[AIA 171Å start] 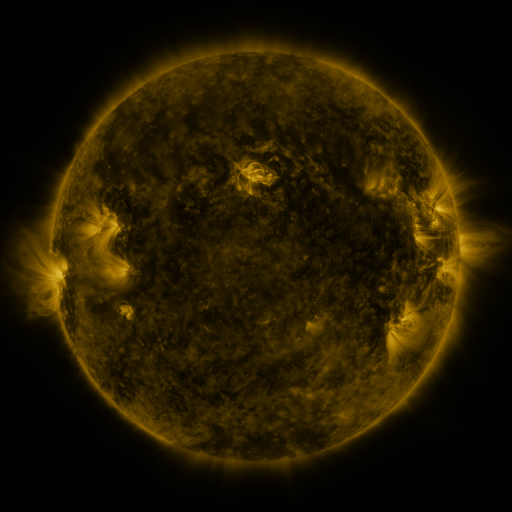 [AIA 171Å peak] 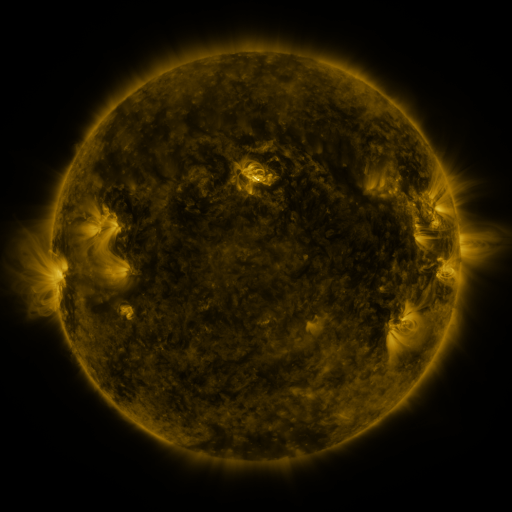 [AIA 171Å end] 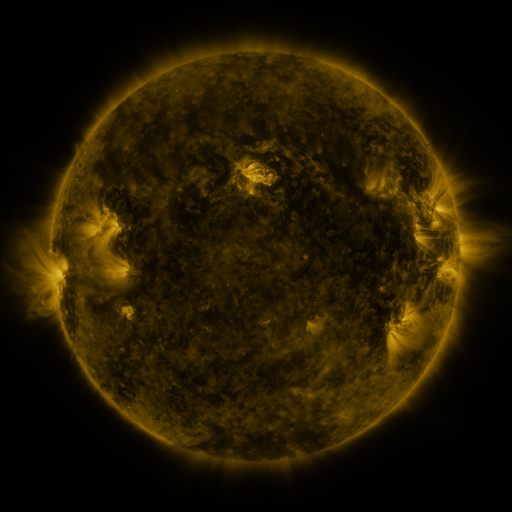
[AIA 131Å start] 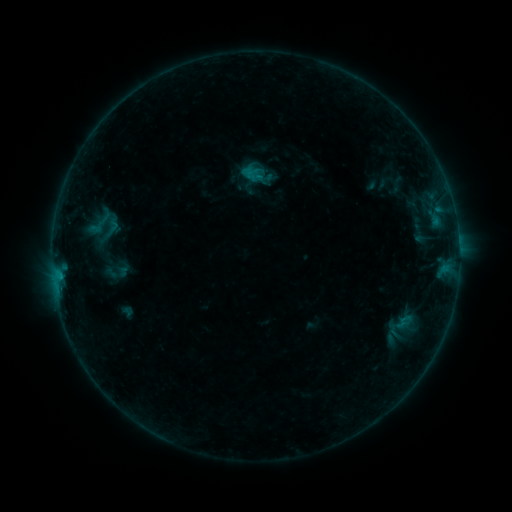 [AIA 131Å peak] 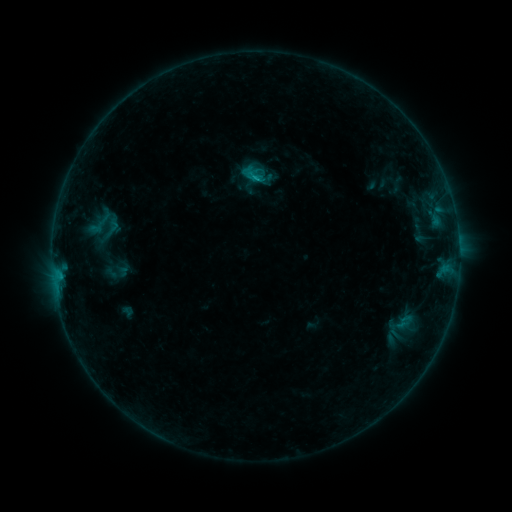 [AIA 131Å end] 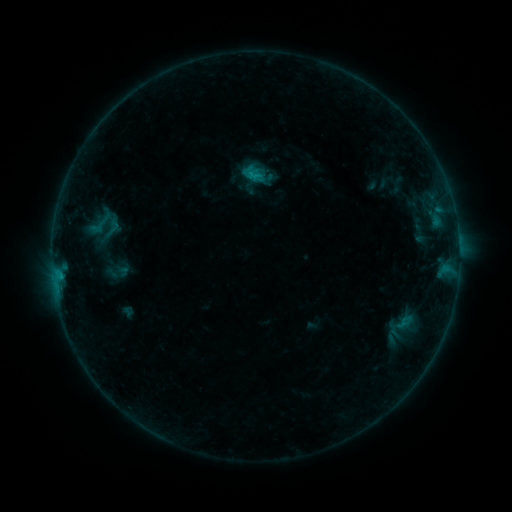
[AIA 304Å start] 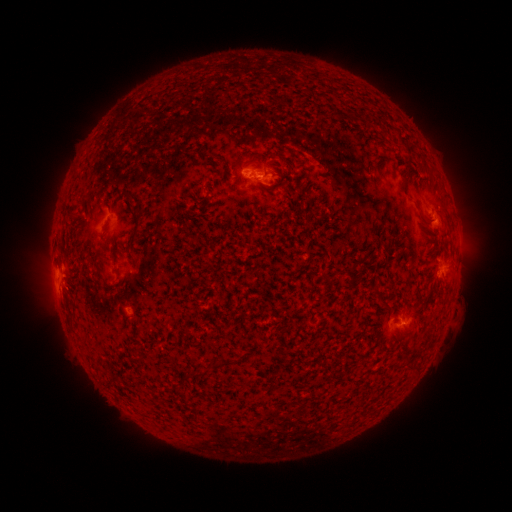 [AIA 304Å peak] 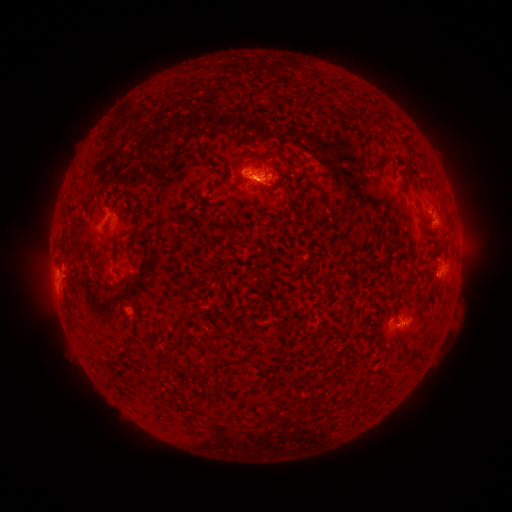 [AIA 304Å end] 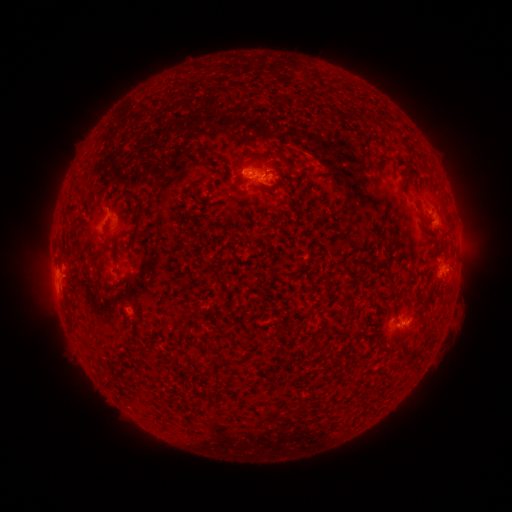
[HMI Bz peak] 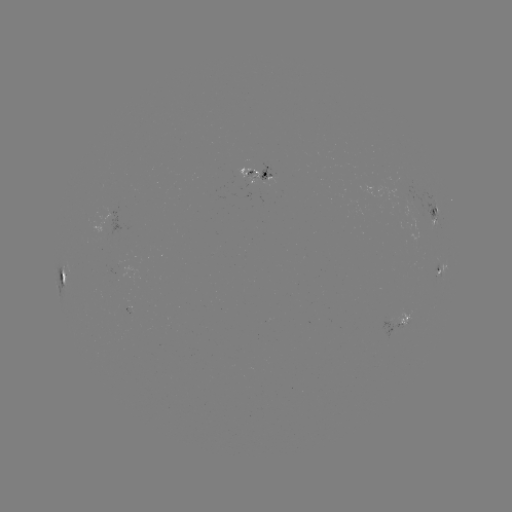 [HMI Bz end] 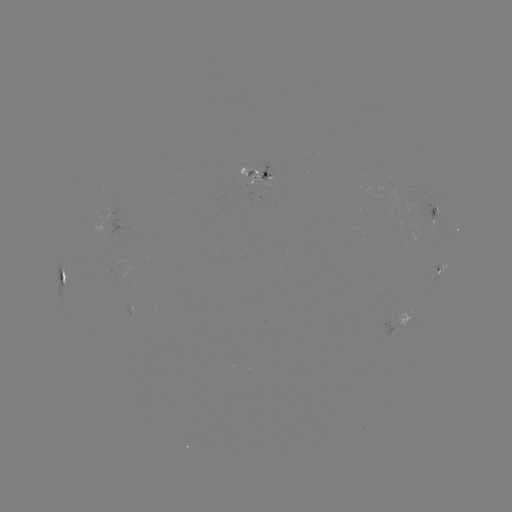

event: flare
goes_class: B6.7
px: (256, 177)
